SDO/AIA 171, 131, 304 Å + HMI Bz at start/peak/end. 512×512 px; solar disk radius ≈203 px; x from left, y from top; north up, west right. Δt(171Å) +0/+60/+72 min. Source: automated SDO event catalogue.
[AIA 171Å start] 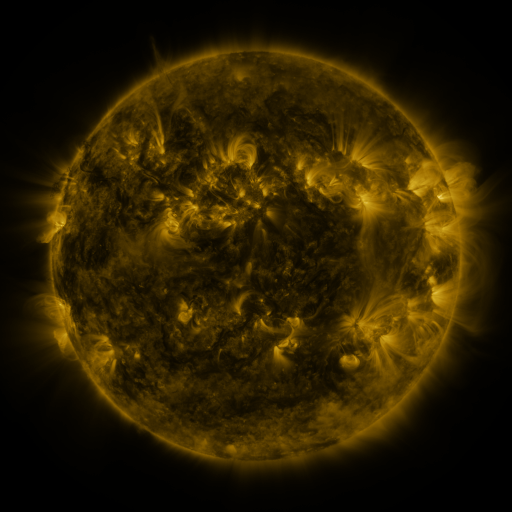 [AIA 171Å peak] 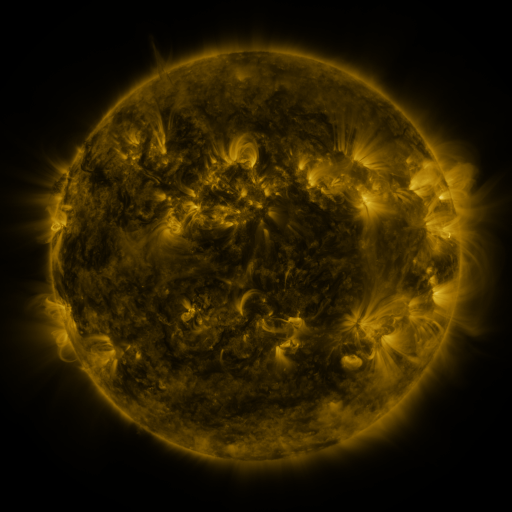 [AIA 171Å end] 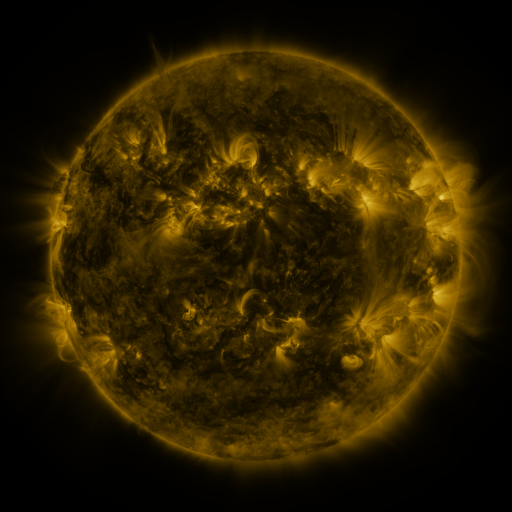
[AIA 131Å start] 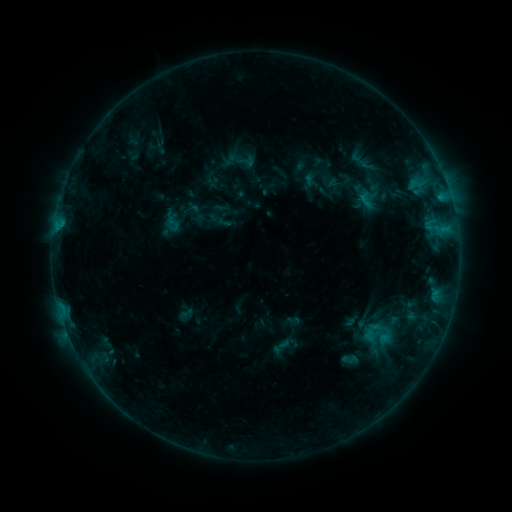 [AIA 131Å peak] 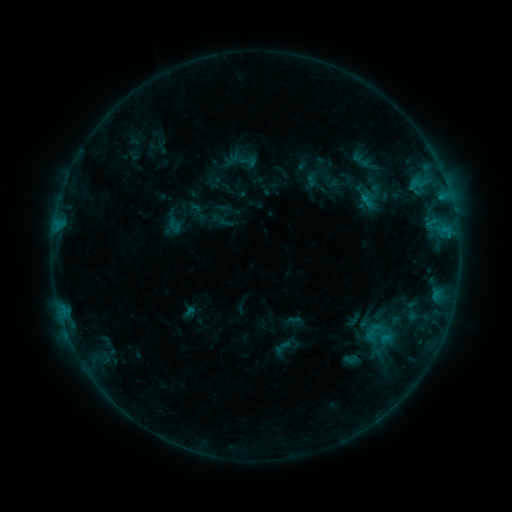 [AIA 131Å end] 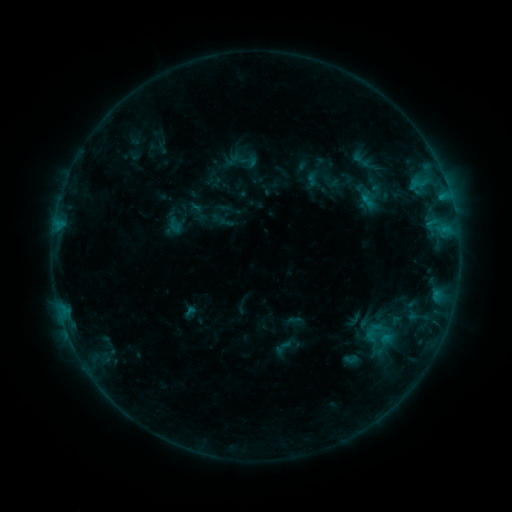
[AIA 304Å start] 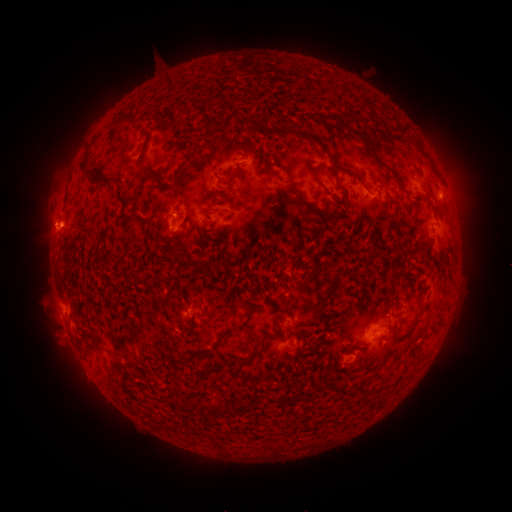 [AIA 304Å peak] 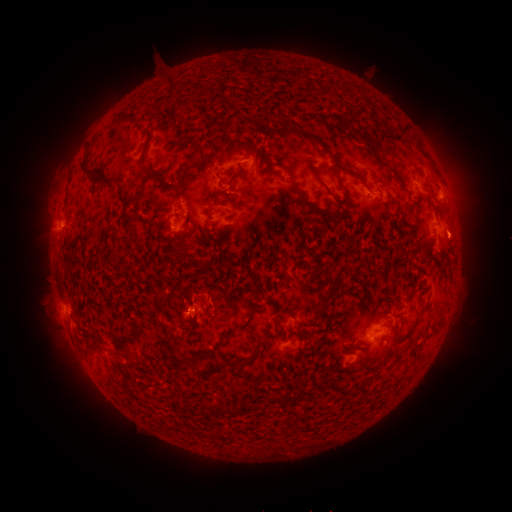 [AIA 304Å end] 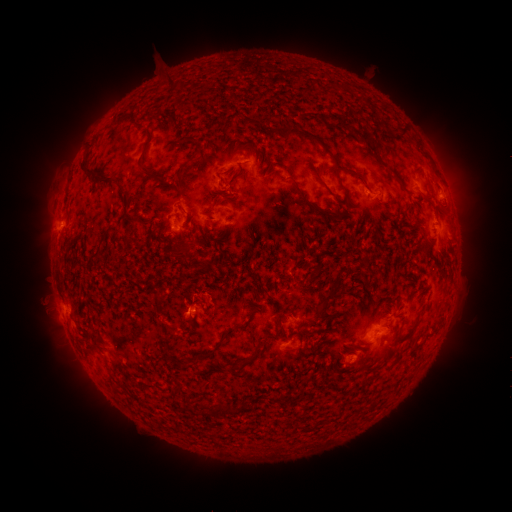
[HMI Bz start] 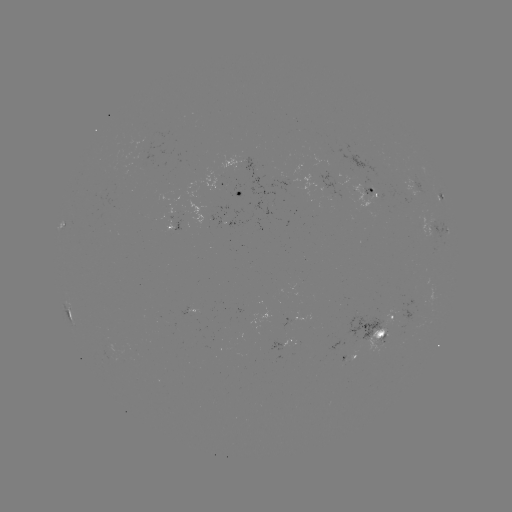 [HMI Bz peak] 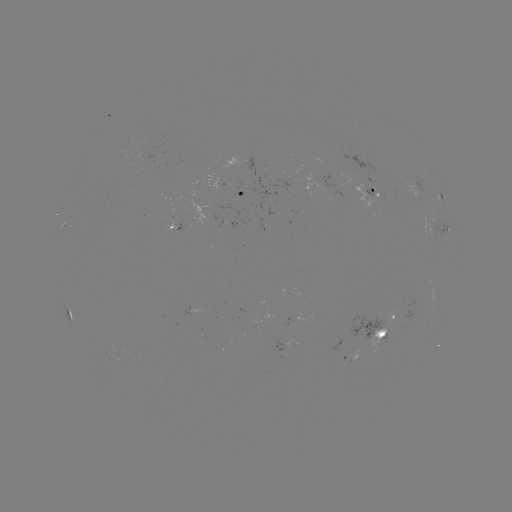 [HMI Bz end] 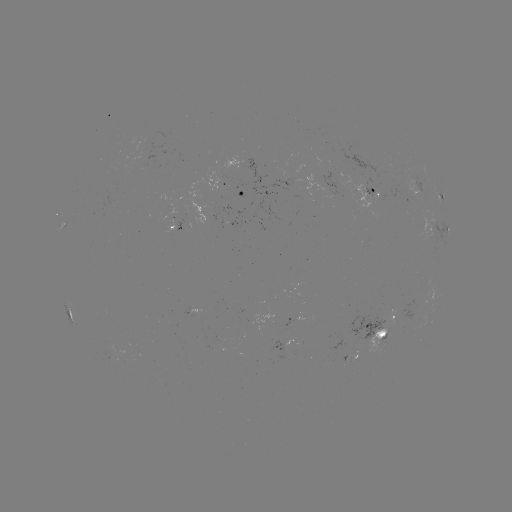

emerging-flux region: (349, 352, 359, 364)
